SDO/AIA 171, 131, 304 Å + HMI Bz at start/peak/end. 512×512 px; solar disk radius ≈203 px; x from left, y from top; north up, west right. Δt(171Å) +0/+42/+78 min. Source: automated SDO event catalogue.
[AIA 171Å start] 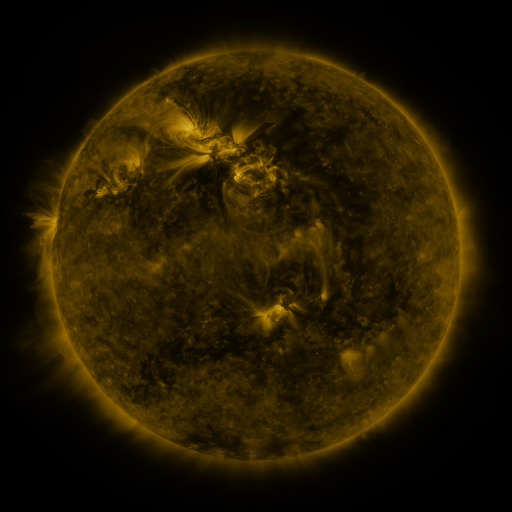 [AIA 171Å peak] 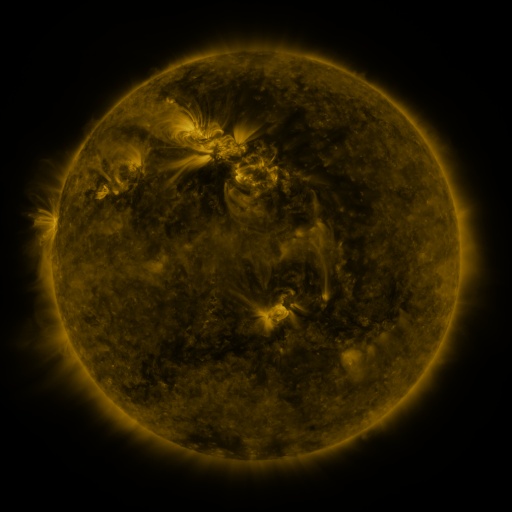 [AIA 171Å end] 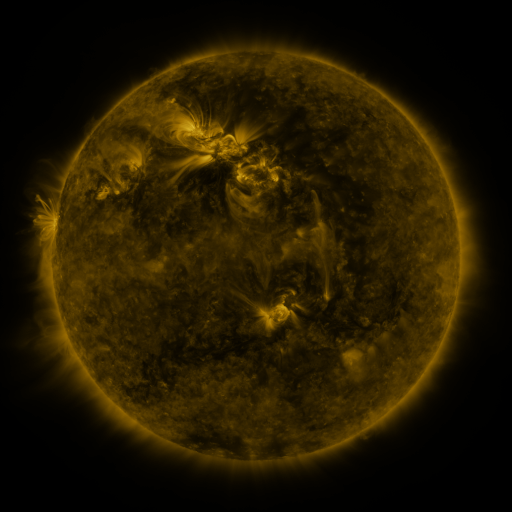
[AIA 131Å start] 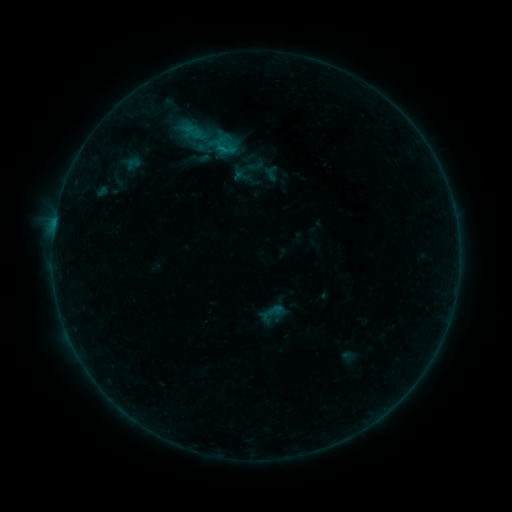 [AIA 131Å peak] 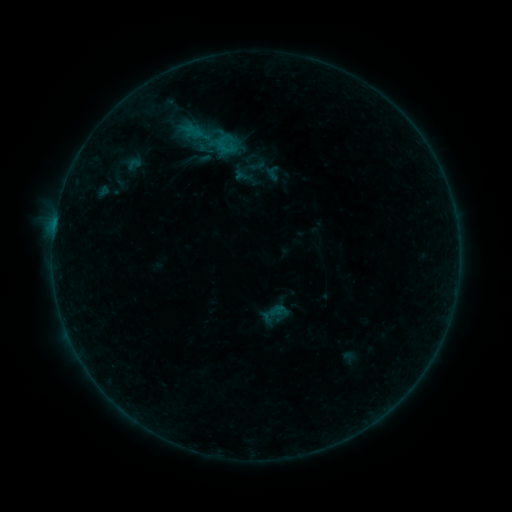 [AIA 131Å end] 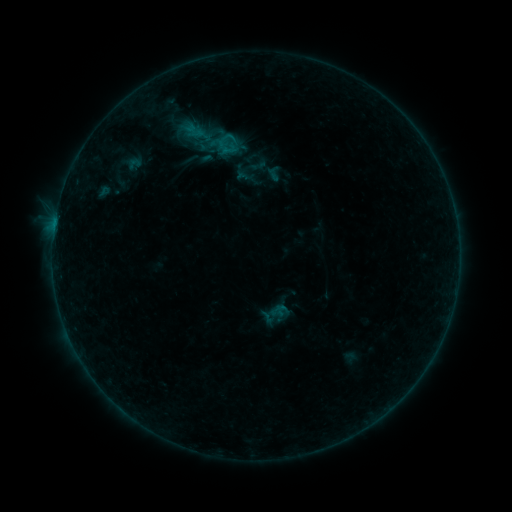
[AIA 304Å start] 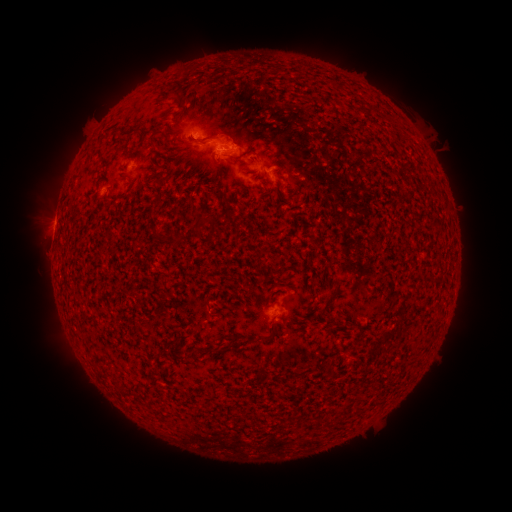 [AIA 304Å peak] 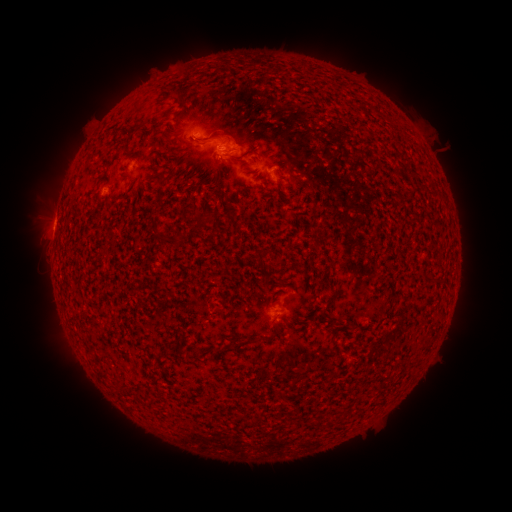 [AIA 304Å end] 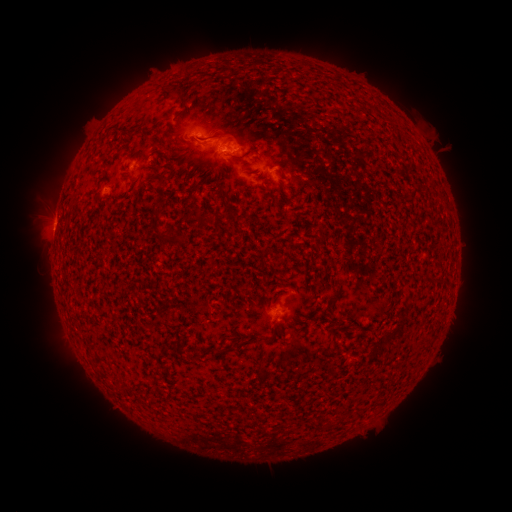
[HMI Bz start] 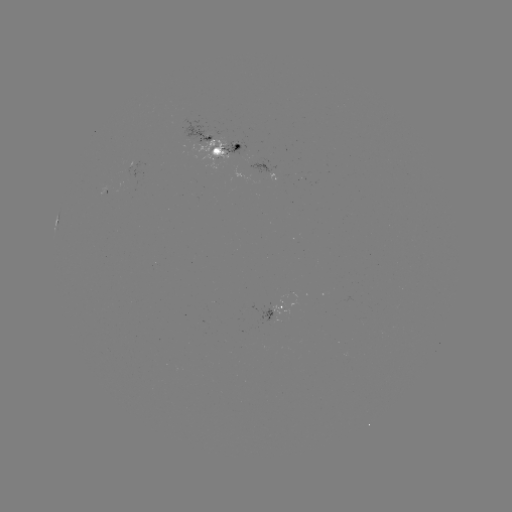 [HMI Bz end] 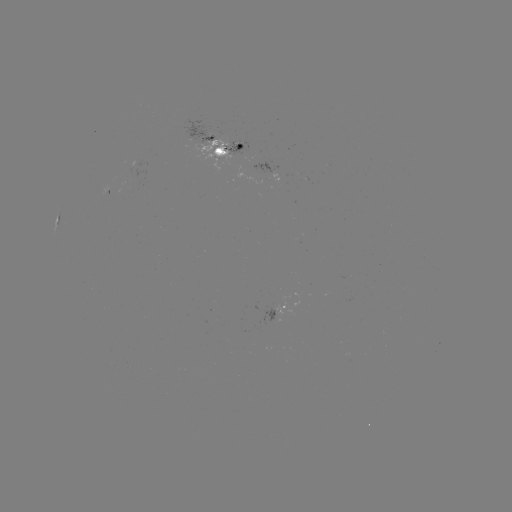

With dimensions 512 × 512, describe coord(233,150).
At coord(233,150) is emerging-flux region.